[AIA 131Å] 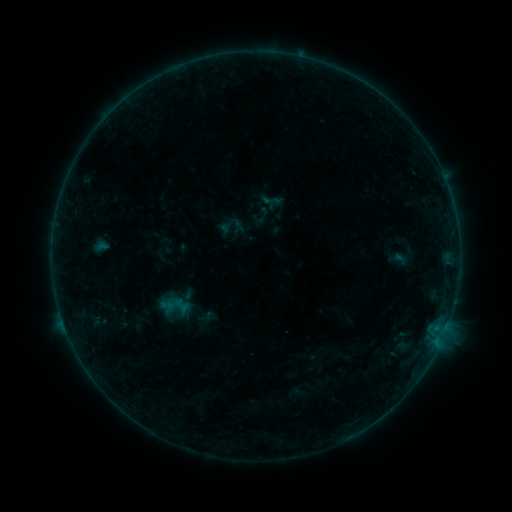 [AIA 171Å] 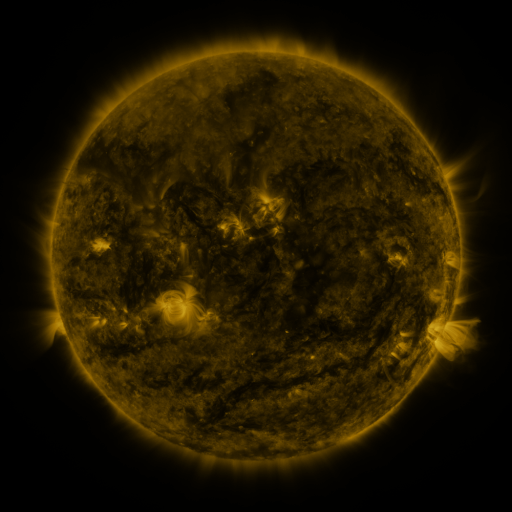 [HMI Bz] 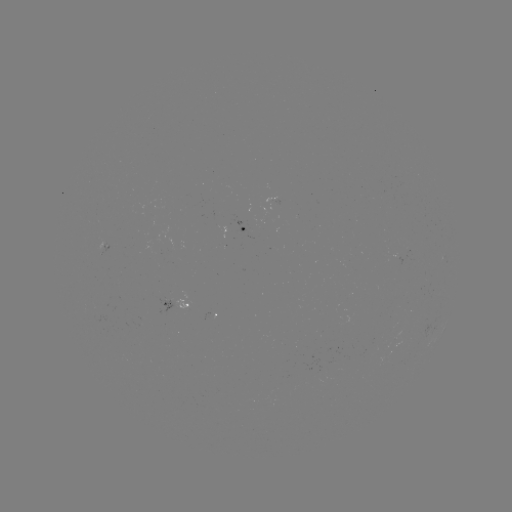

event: sigmoid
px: (272, 200)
